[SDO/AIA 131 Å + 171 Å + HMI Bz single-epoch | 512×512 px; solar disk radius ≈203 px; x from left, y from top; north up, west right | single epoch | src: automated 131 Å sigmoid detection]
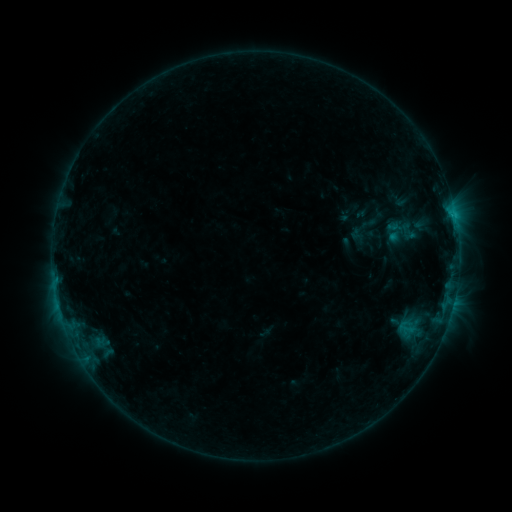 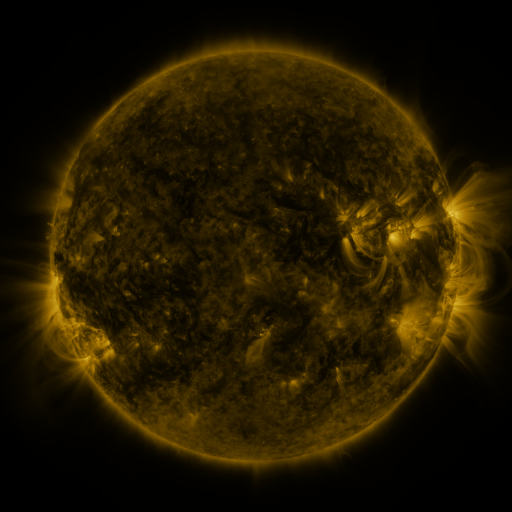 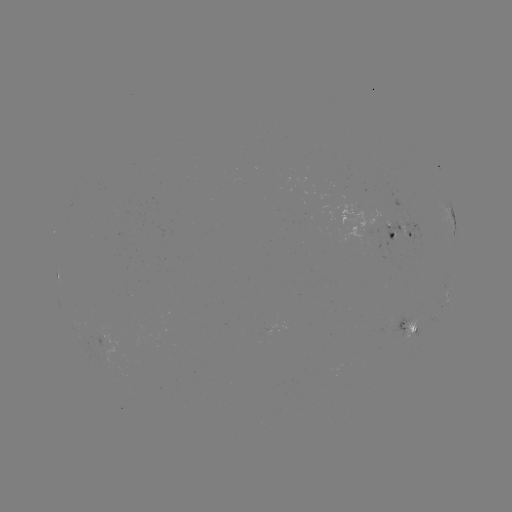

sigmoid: [378, 219, 403, 239]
